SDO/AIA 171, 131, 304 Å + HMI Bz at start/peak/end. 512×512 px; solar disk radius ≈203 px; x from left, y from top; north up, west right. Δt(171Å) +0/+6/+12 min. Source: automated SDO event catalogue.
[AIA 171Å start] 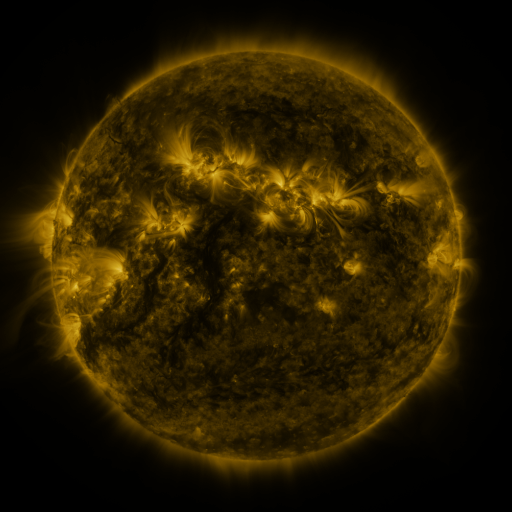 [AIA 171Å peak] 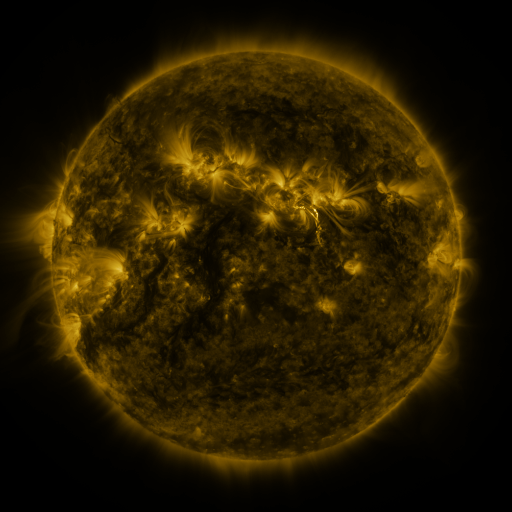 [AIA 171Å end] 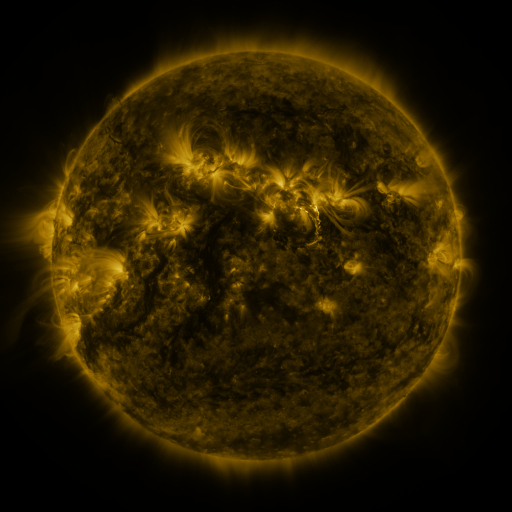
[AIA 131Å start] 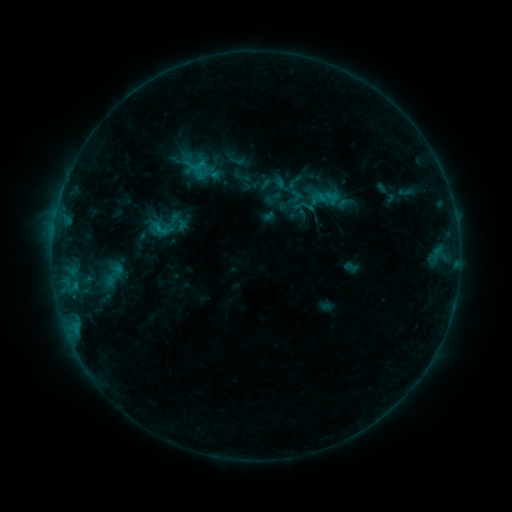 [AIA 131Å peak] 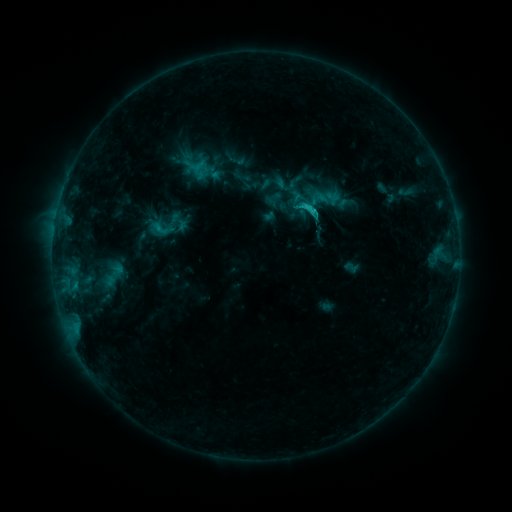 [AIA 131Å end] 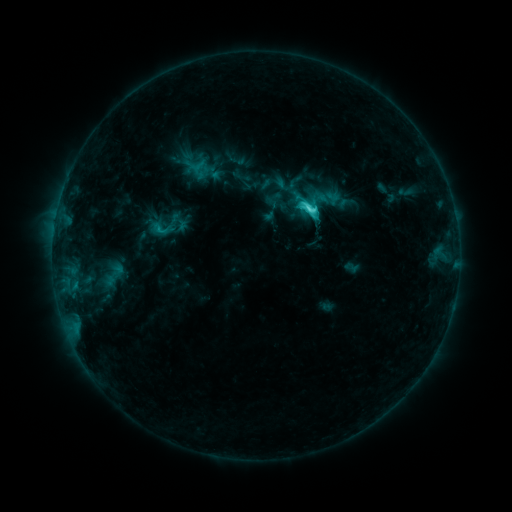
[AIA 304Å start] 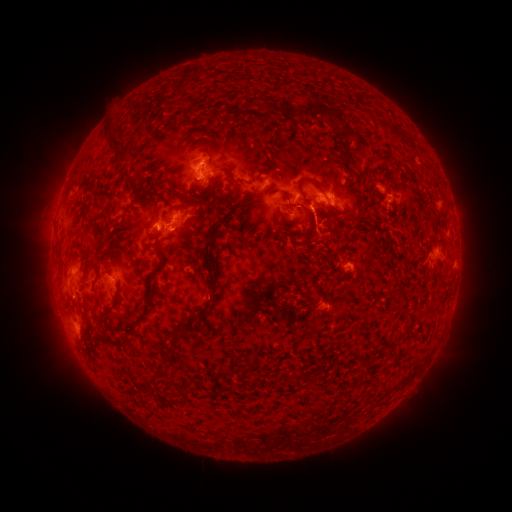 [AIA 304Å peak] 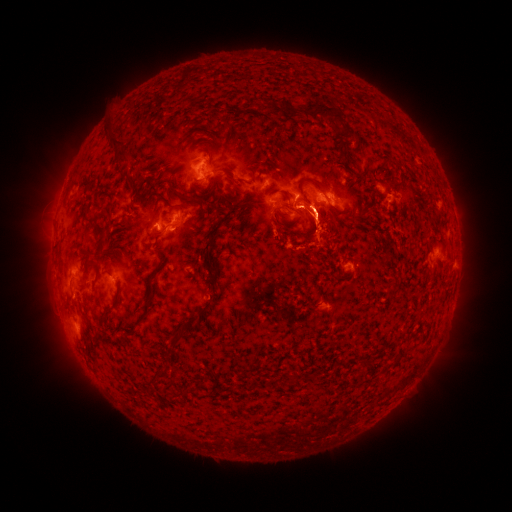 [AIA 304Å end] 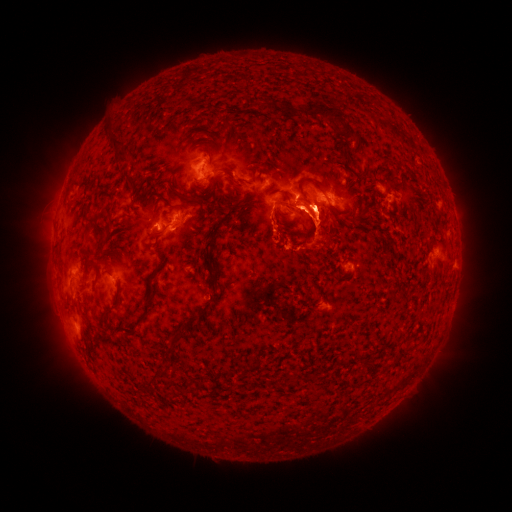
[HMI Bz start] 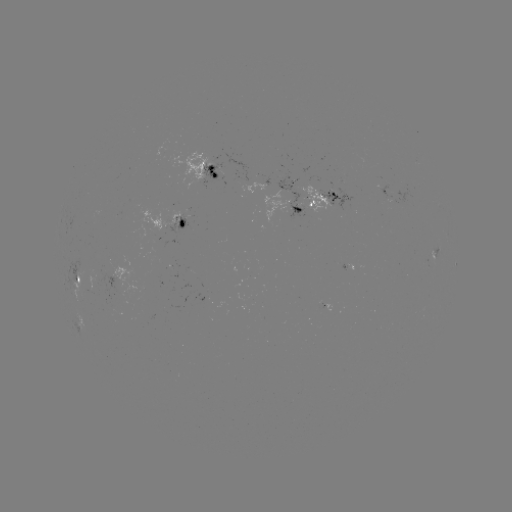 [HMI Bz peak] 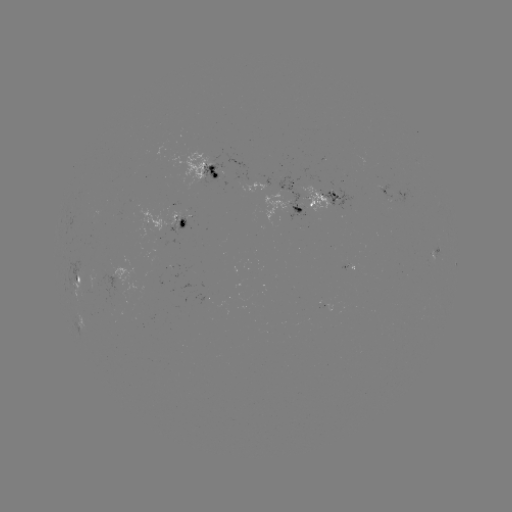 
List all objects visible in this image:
eruption: (343, 188)
